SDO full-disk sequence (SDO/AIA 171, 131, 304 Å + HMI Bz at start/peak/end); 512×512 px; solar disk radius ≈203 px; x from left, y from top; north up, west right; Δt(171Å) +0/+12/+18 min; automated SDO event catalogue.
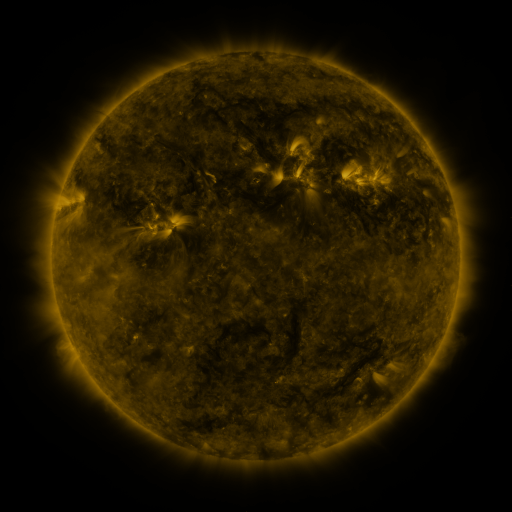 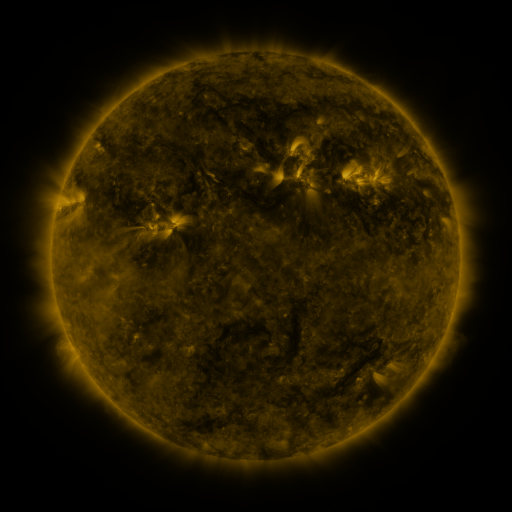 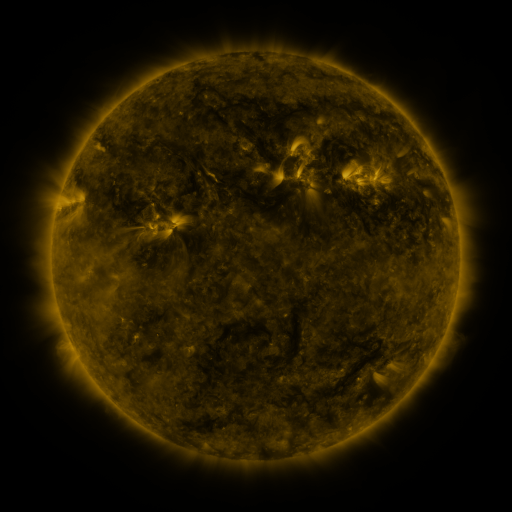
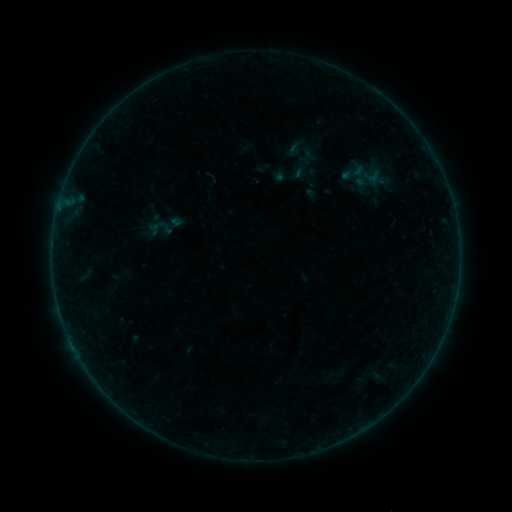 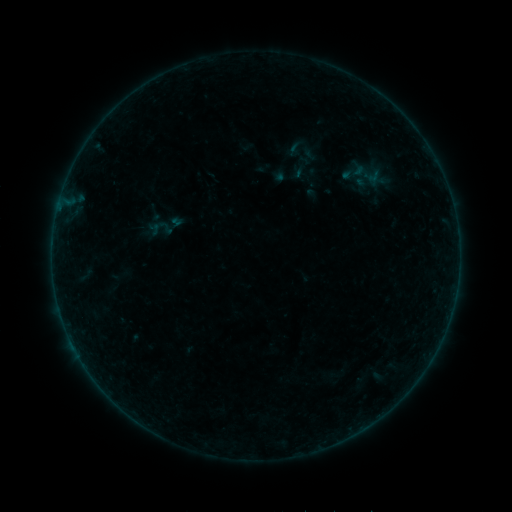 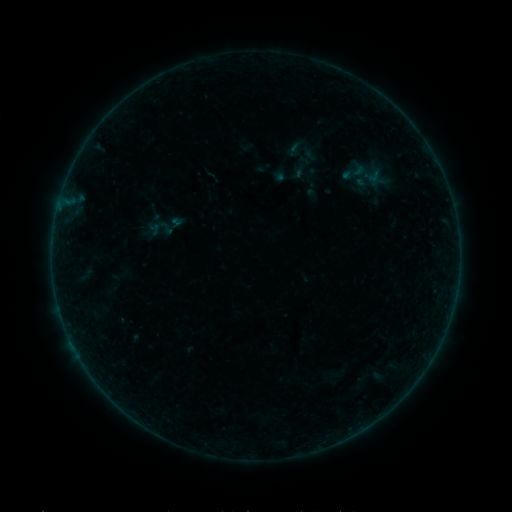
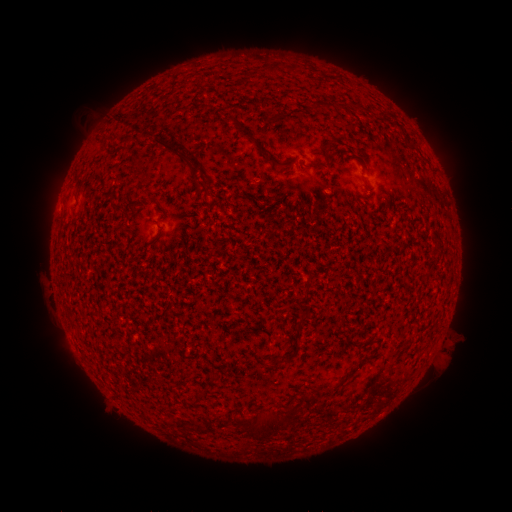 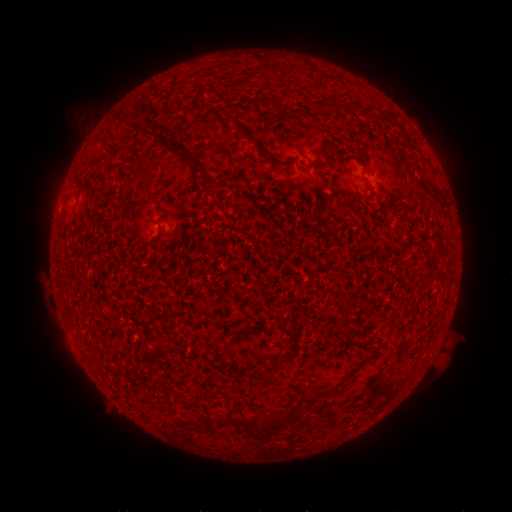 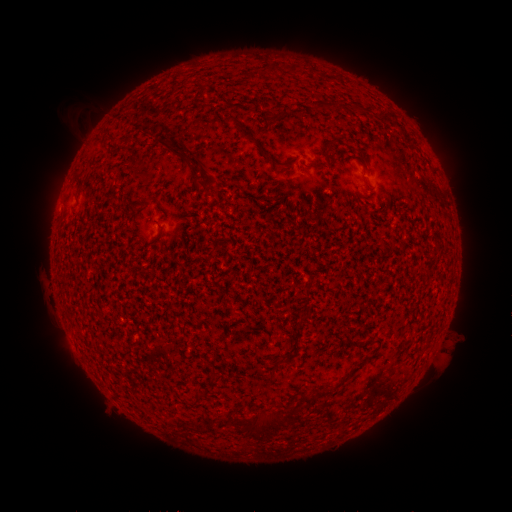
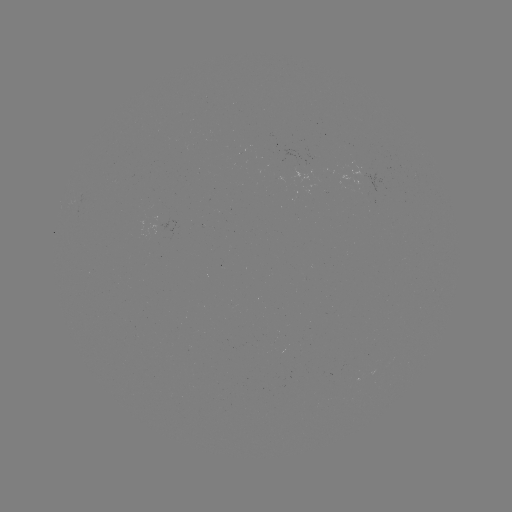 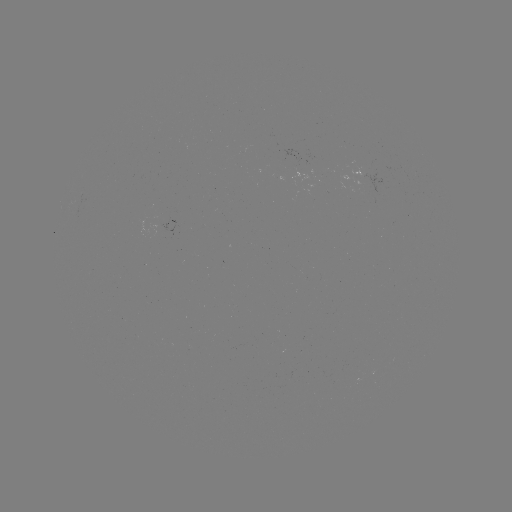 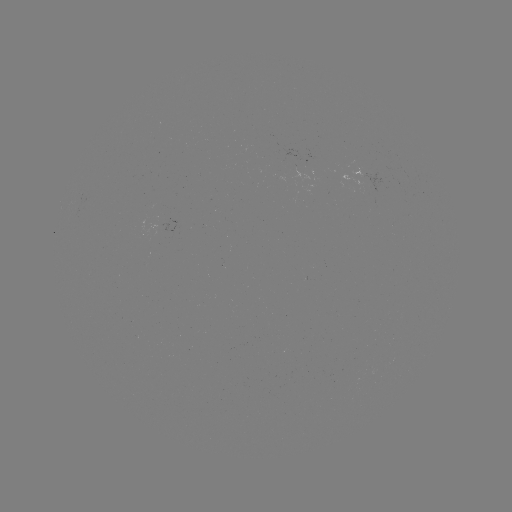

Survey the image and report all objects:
eruption: (86, 118)
